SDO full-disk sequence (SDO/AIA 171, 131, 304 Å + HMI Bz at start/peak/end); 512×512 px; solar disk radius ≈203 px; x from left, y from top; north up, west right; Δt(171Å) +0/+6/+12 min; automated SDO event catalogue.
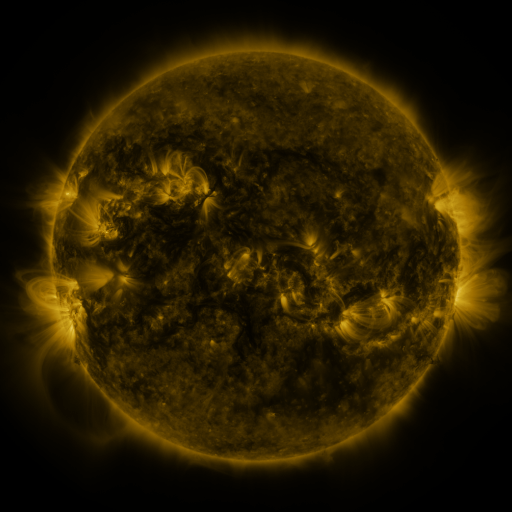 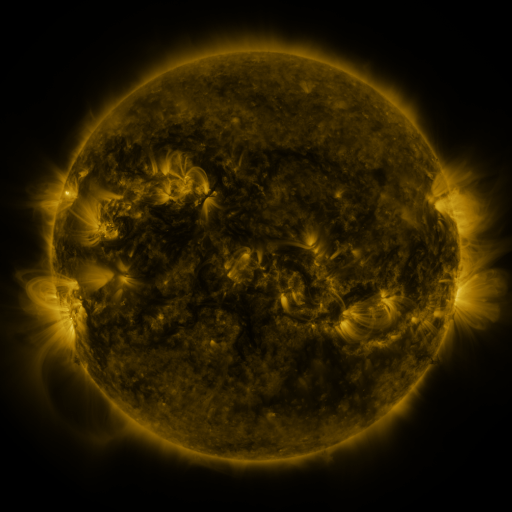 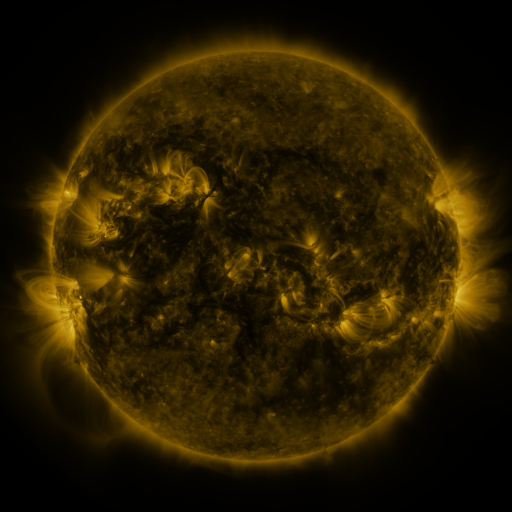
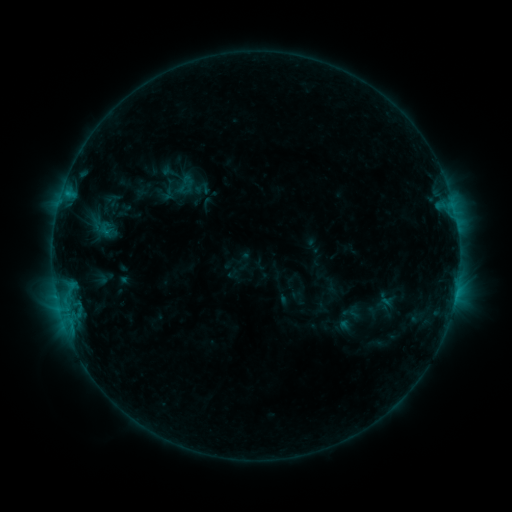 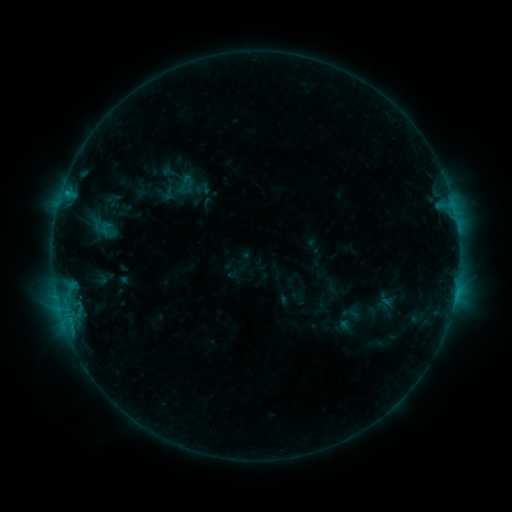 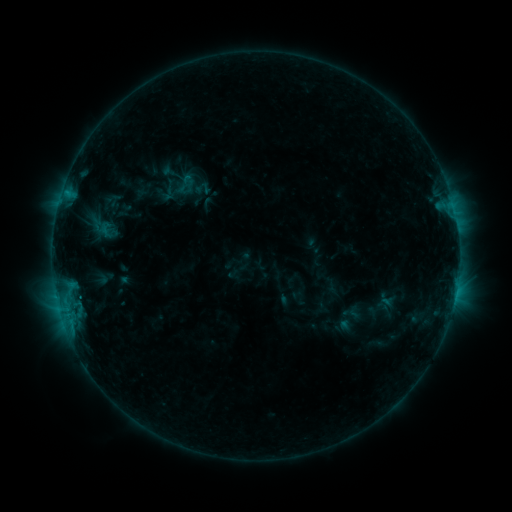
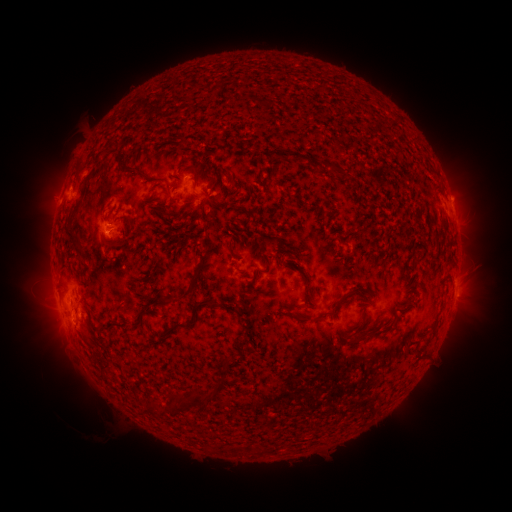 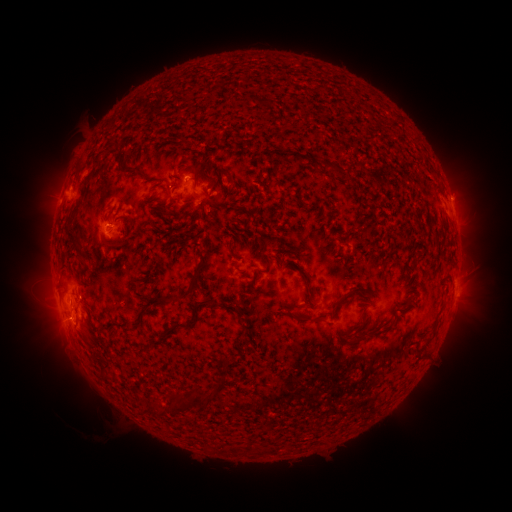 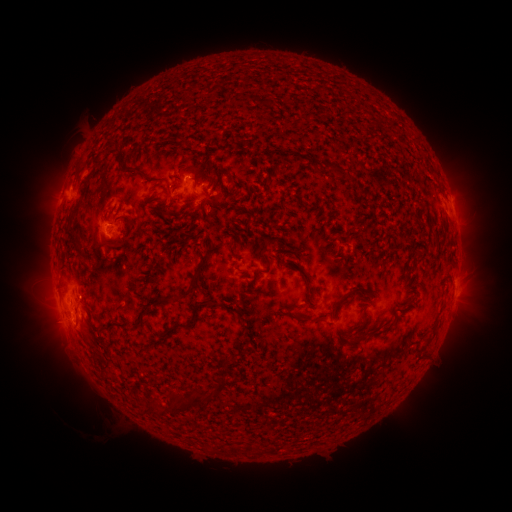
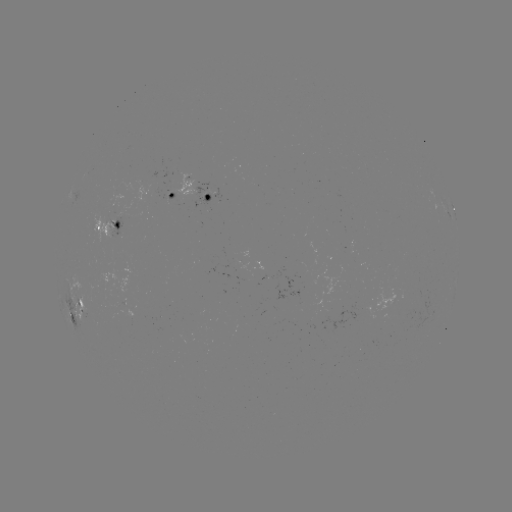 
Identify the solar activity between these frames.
B8.2 flare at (66, 192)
